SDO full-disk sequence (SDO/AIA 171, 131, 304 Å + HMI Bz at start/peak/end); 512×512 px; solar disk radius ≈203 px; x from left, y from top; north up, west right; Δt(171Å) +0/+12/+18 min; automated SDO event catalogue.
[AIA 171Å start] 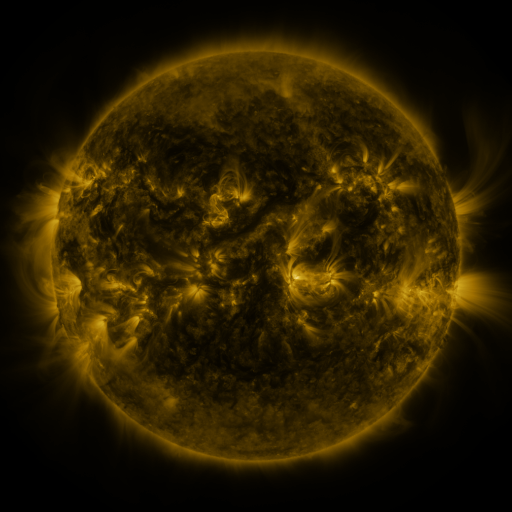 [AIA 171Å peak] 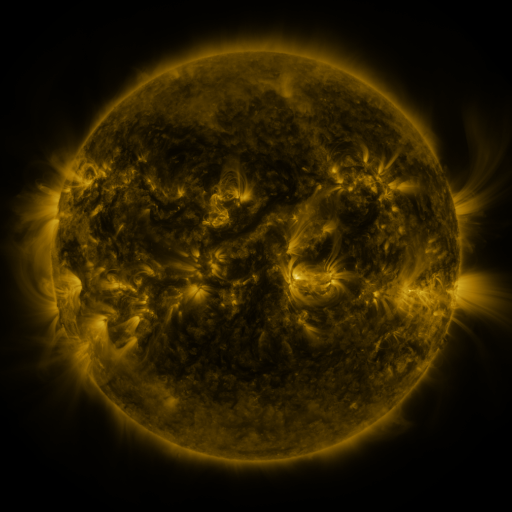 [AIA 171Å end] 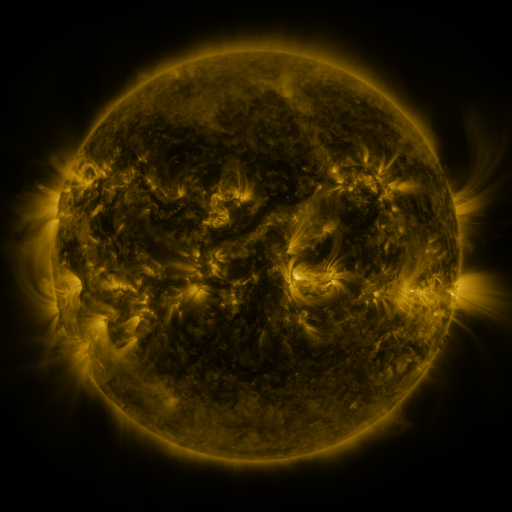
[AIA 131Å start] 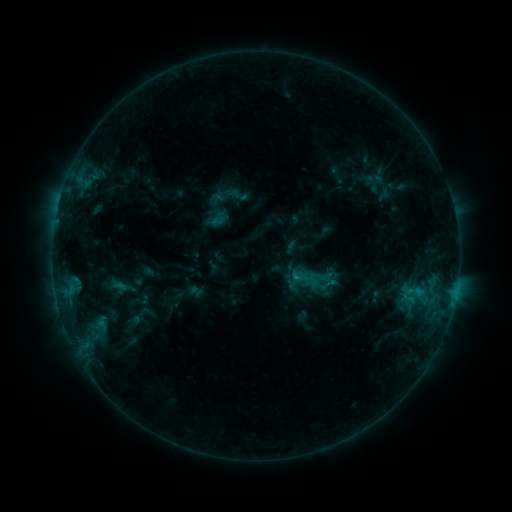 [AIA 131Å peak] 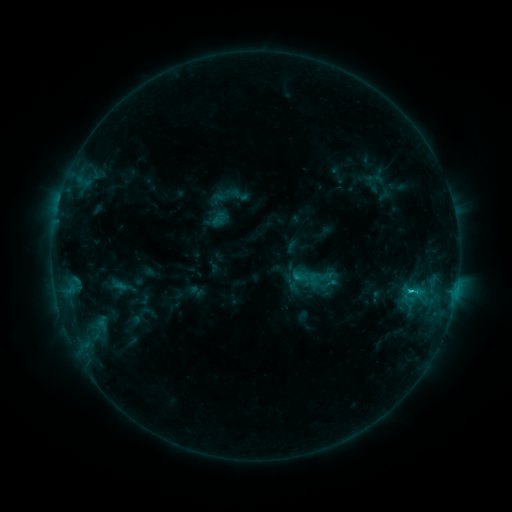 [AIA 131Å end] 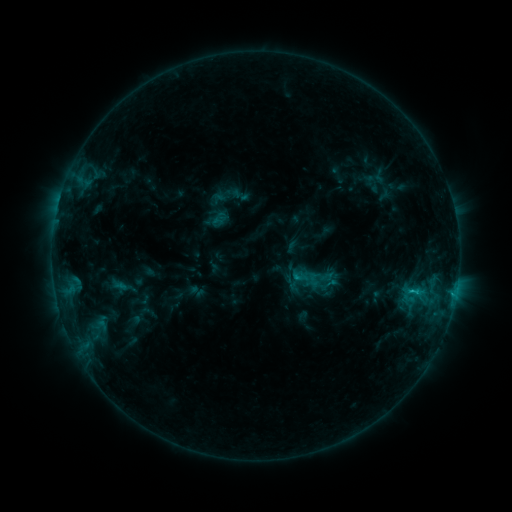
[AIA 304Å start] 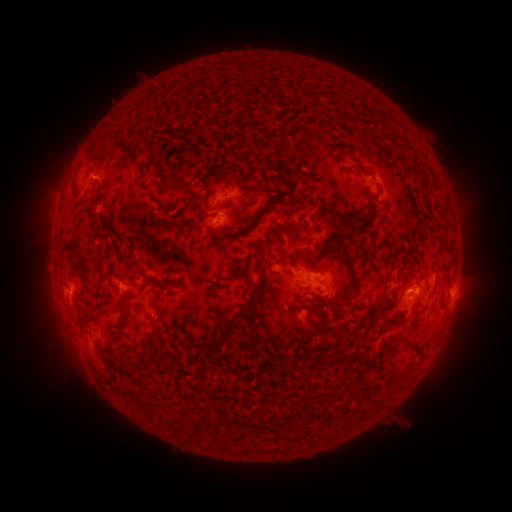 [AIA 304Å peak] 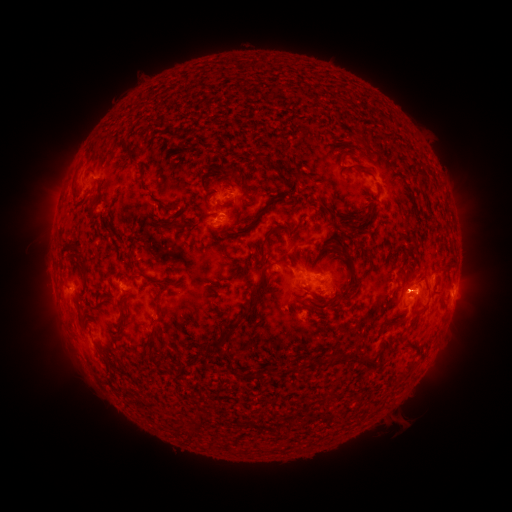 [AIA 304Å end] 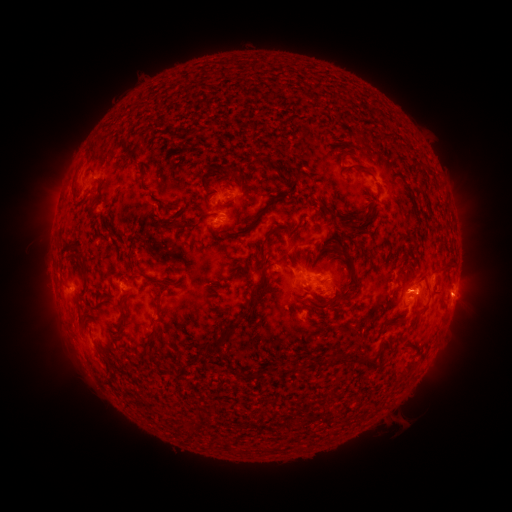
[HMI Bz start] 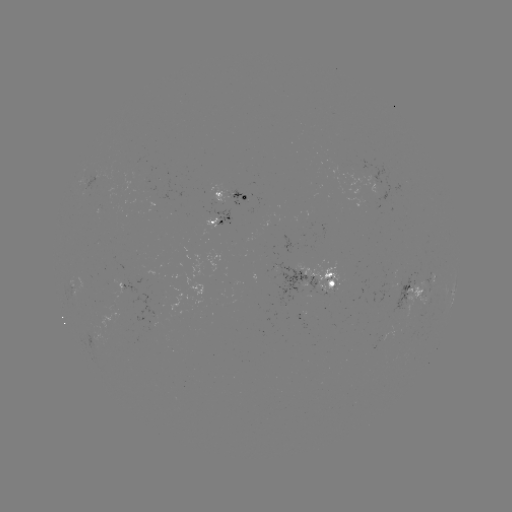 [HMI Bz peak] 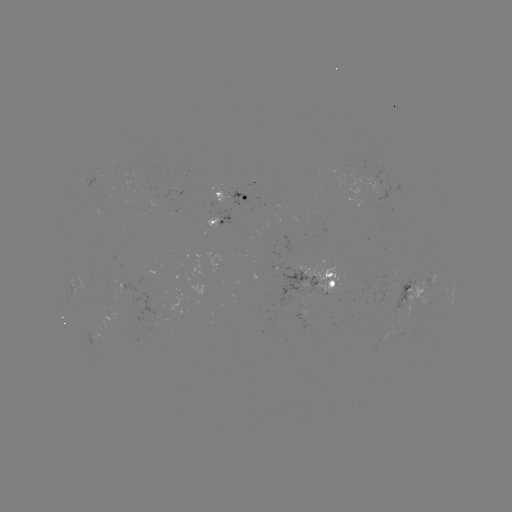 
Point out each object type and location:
C1.3 flare: (409, 290)
